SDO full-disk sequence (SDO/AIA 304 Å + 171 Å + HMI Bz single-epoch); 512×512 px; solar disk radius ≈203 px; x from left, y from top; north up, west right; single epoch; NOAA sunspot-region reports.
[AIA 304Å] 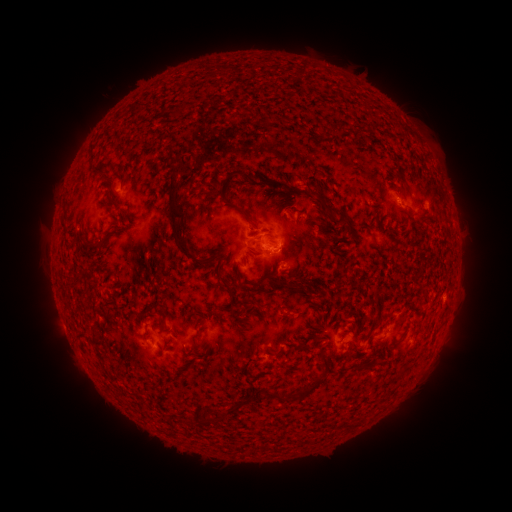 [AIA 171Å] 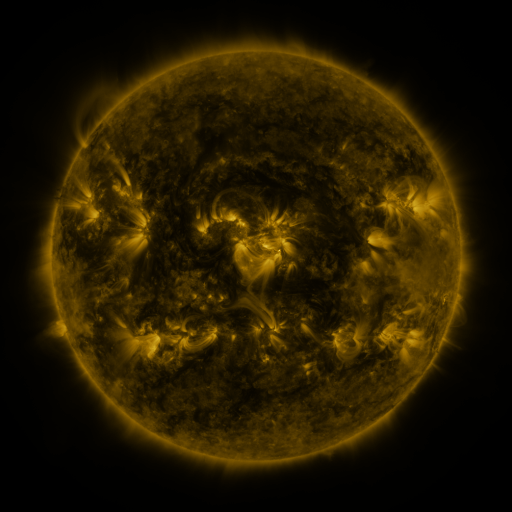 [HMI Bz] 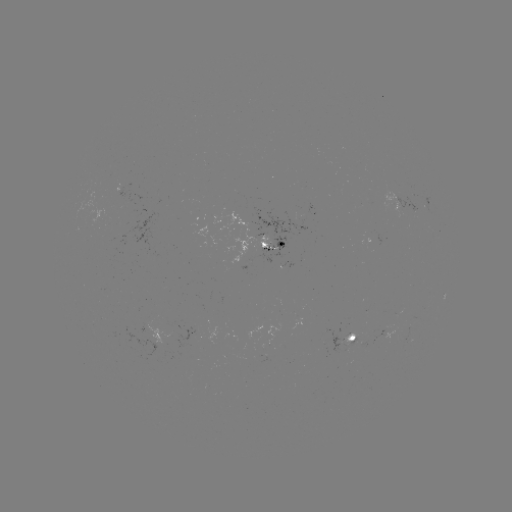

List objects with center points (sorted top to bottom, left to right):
spotted active region: (407, 197)
spotted active region: (266, 252)
spotted active region: (356, 335)
spotted active region: (160, 345)
